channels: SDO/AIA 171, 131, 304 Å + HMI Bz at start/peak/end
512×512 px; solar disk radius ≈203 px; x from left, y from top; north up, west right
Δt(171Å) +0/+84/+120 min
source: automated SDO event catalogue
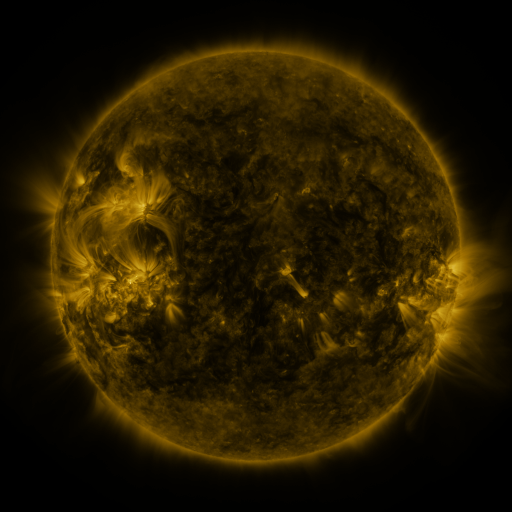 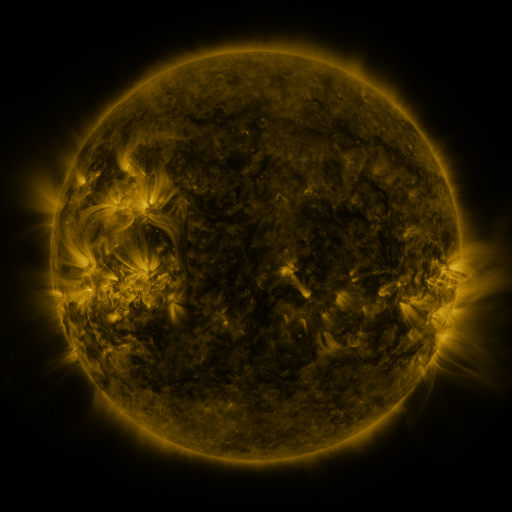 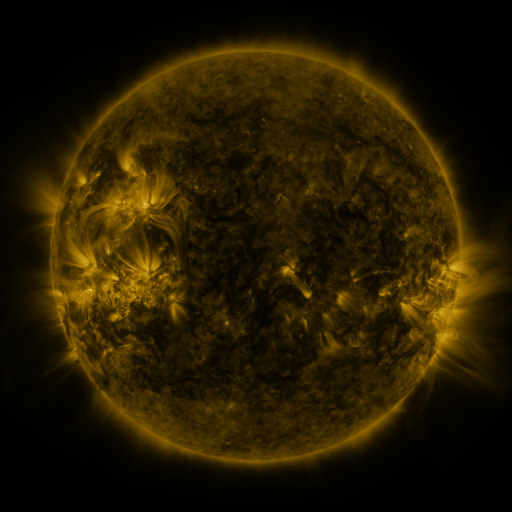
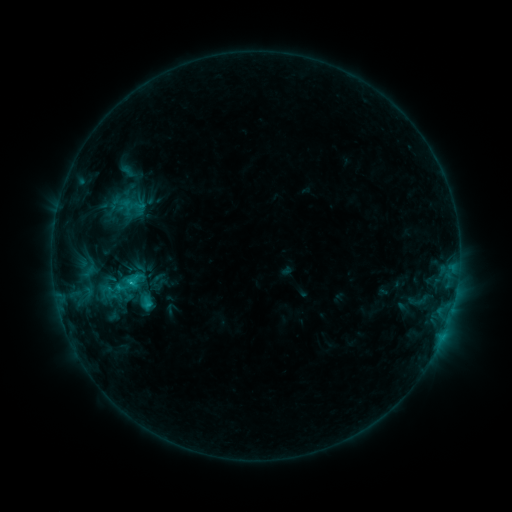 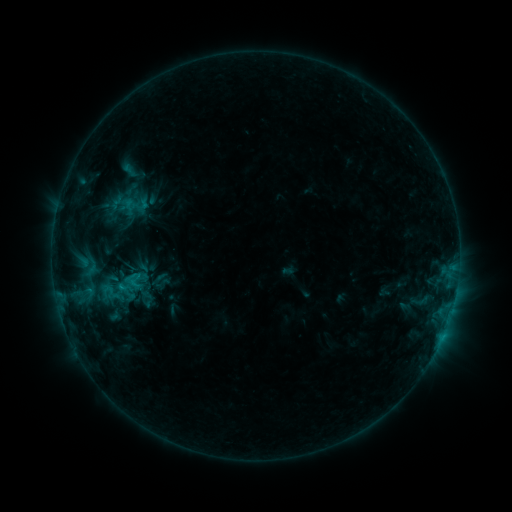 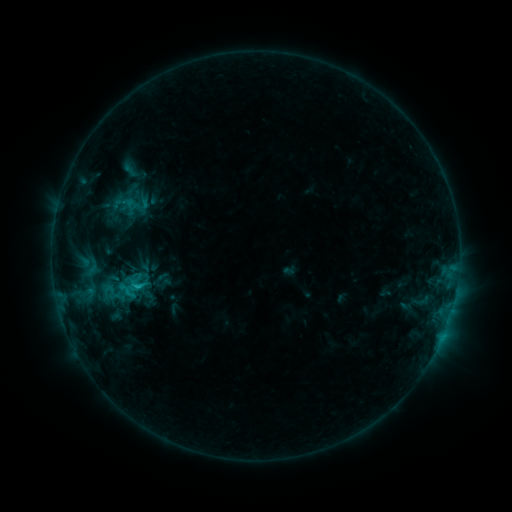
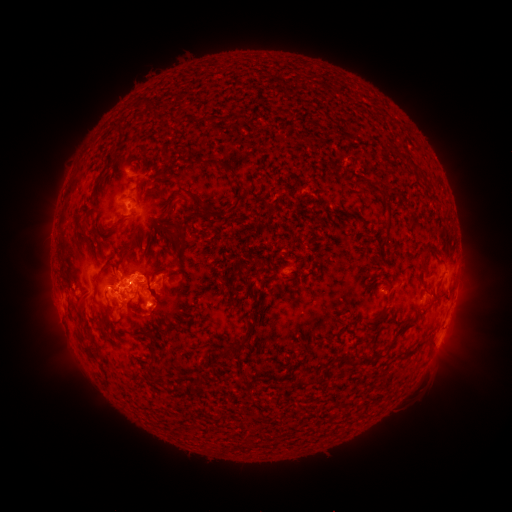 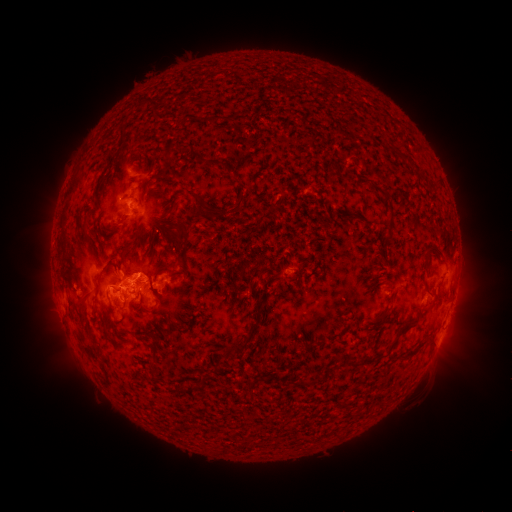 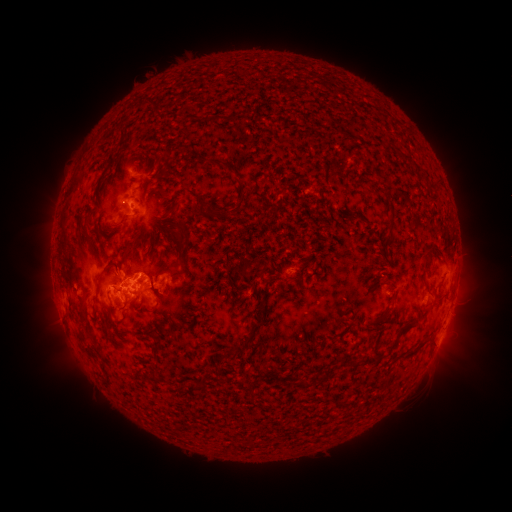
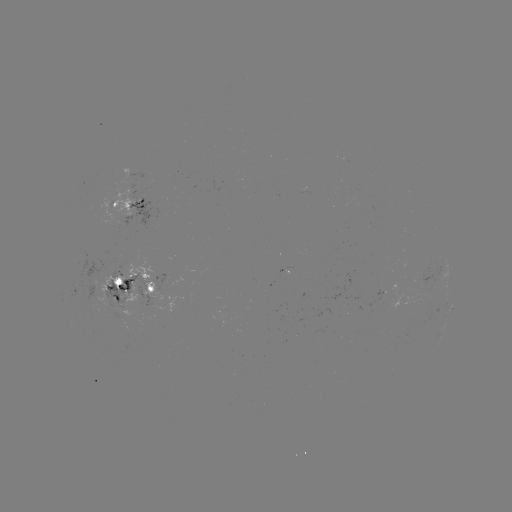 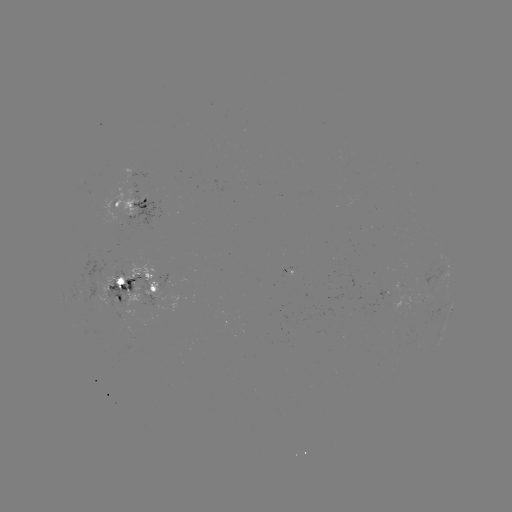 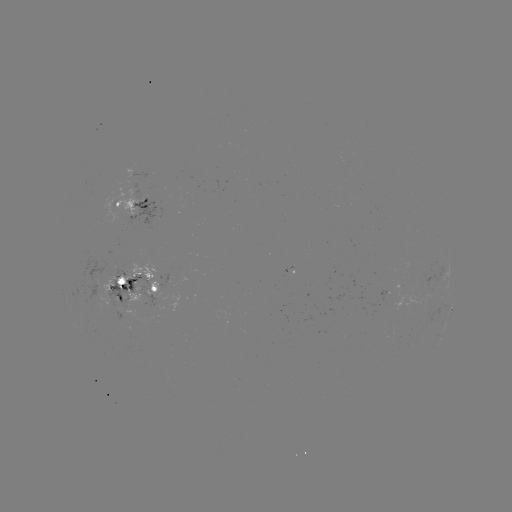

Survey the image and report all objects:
emerging-flux region: (402, 293)
